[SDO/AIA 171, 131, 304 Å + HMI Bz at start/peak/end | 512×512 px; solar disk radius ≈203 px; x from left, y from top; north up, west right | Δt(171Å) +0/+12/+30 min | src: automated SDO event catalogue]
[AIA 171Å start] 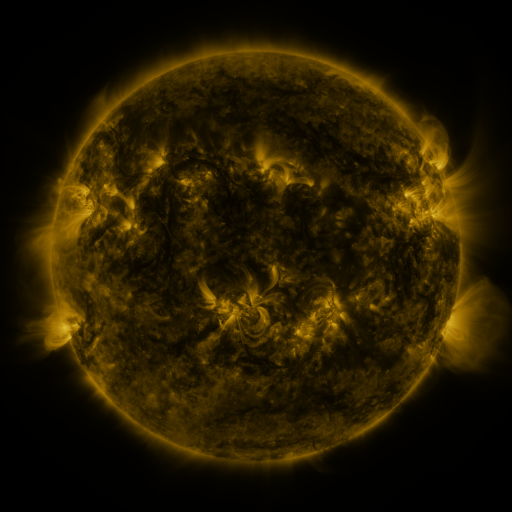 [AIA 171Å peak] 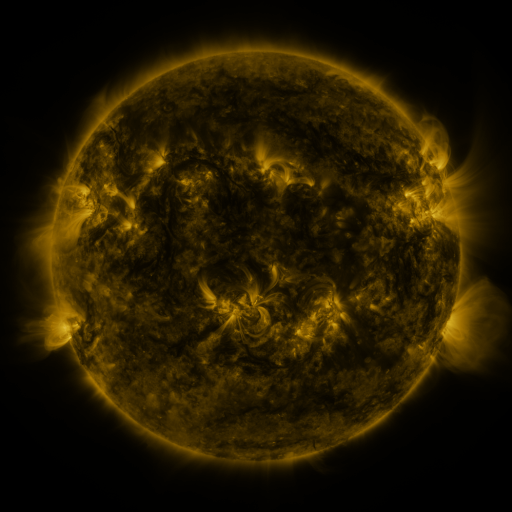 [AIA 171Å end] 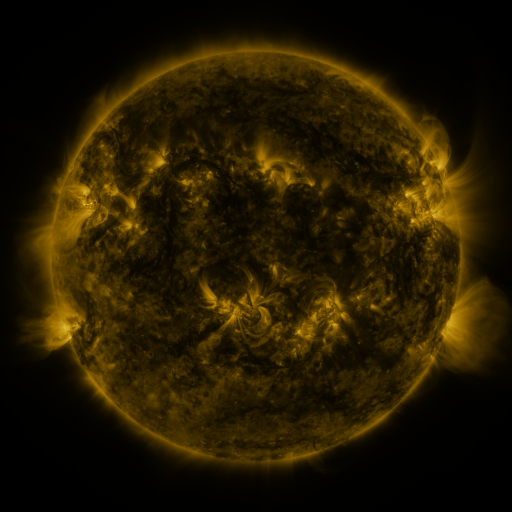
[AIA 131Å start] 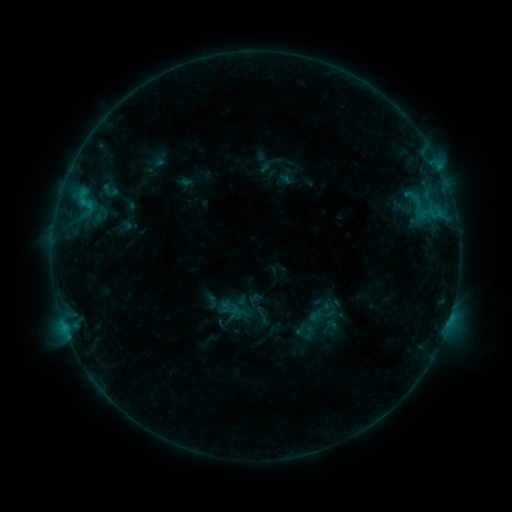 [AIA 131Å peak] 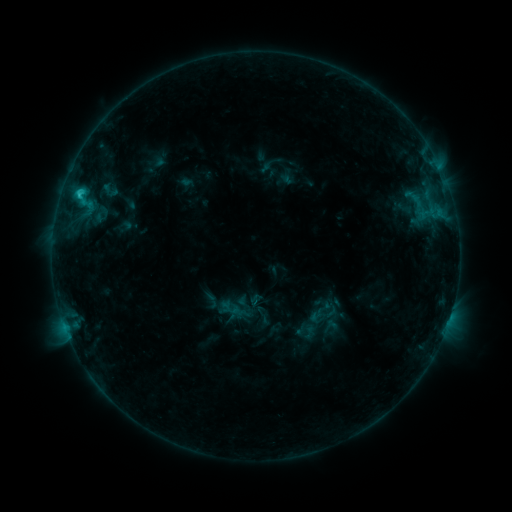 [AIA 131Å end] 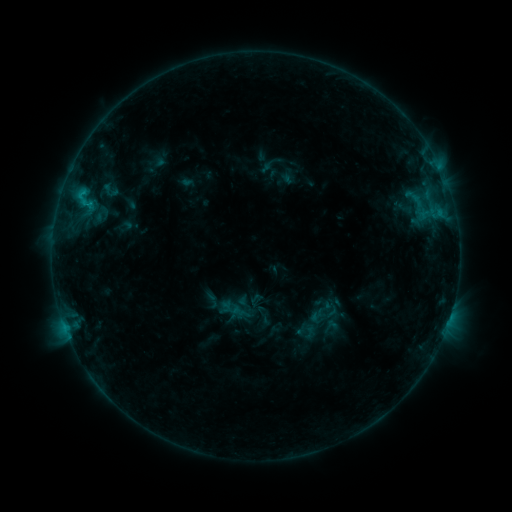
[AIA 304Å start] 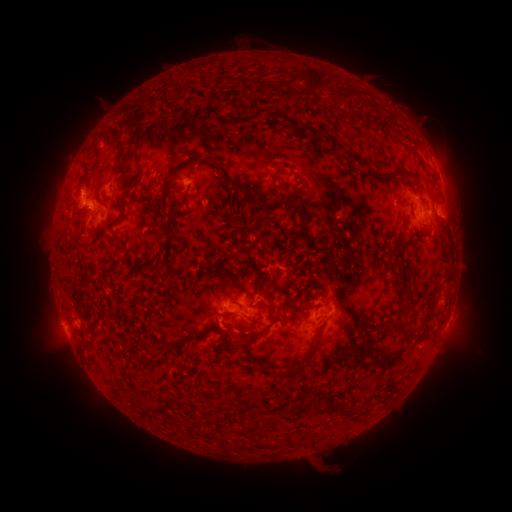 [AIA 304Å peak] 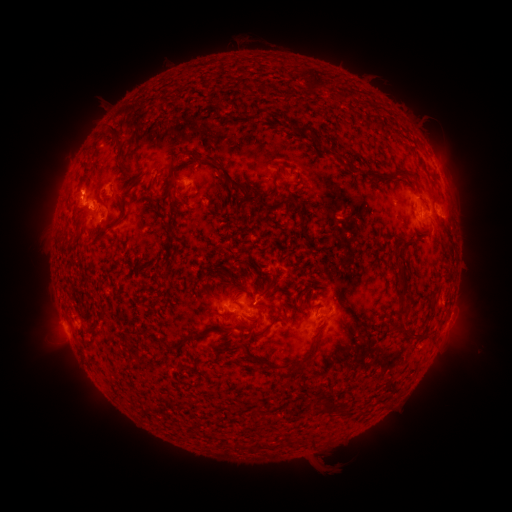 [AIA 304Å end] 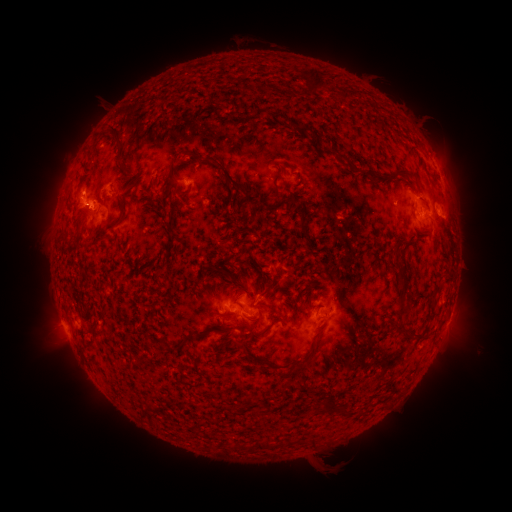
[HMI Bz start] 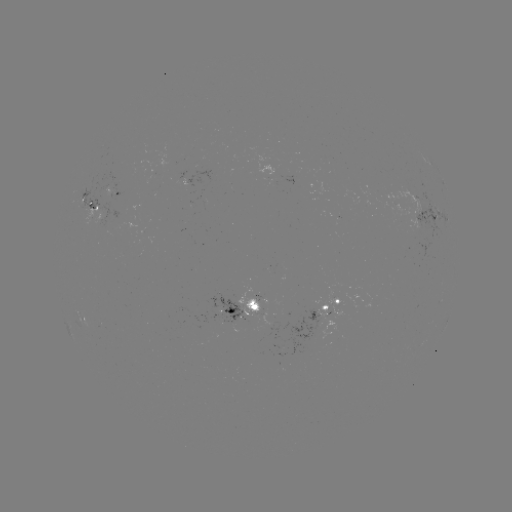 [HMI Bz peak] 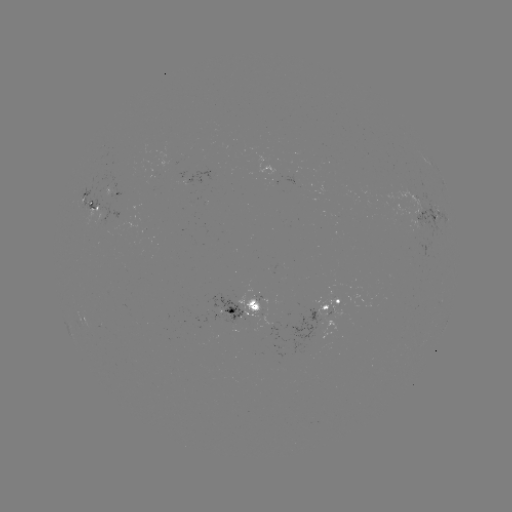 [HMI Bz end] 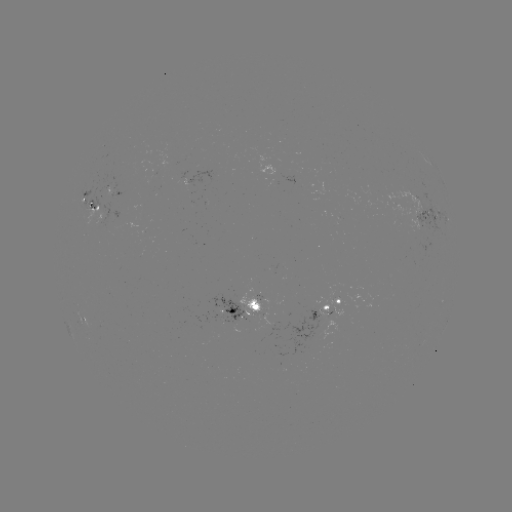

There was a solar flare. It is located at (80, 194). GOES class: C1.2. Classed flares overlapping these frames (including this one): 1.